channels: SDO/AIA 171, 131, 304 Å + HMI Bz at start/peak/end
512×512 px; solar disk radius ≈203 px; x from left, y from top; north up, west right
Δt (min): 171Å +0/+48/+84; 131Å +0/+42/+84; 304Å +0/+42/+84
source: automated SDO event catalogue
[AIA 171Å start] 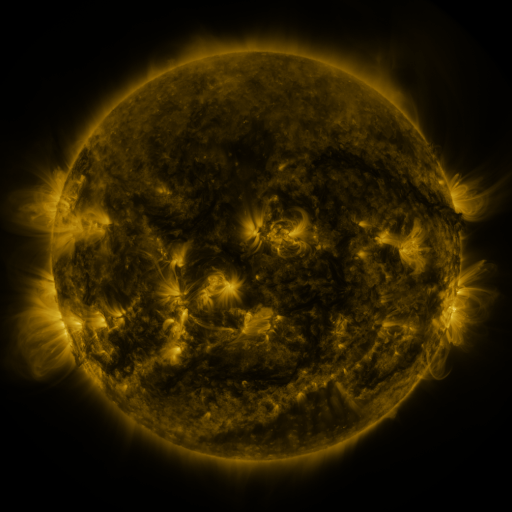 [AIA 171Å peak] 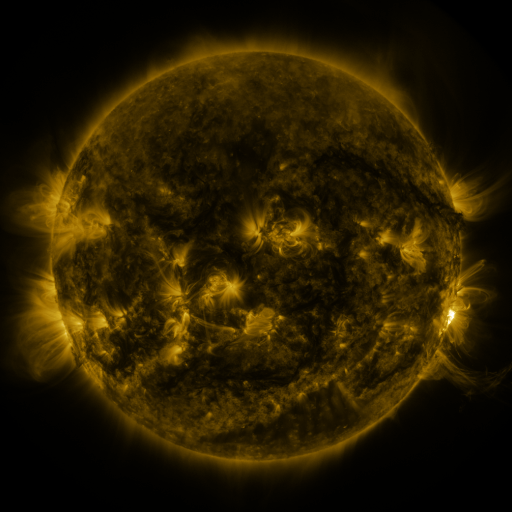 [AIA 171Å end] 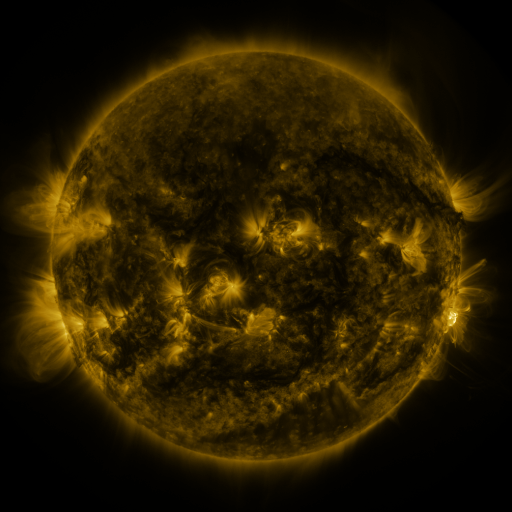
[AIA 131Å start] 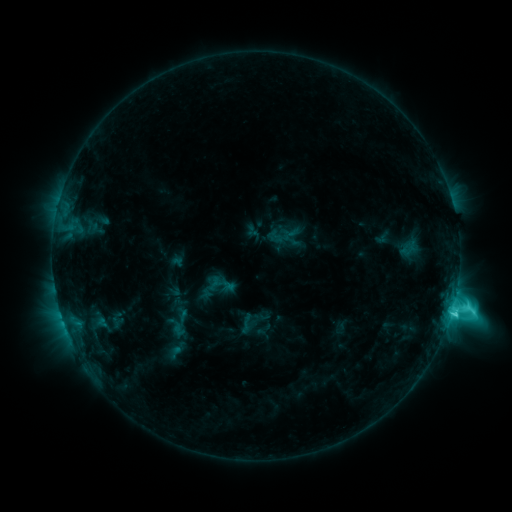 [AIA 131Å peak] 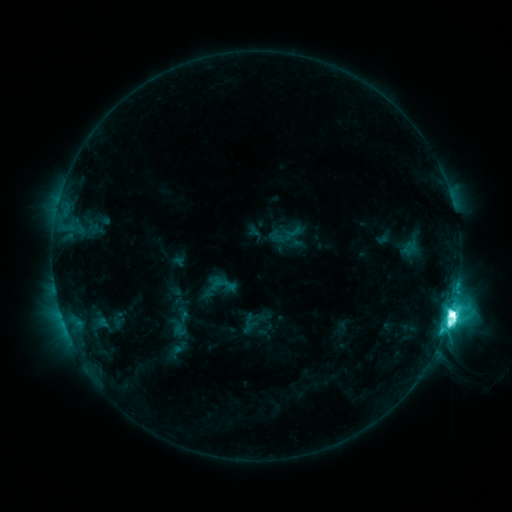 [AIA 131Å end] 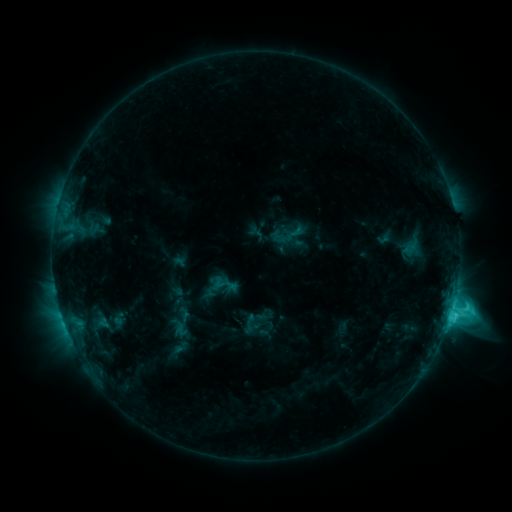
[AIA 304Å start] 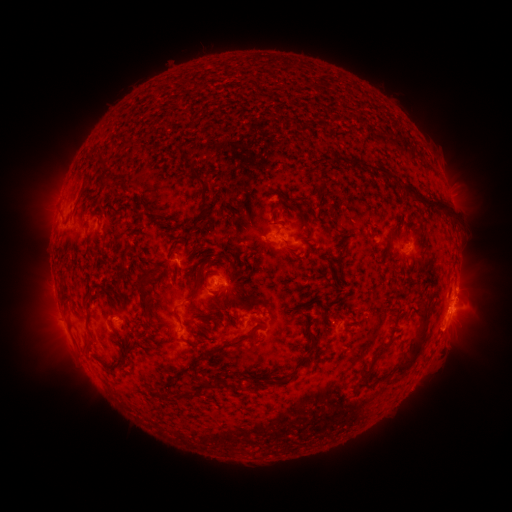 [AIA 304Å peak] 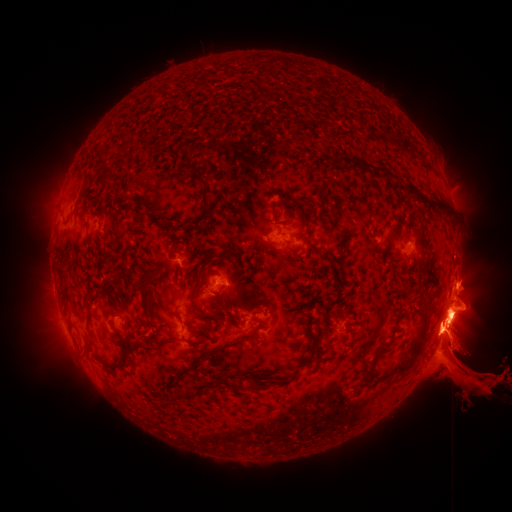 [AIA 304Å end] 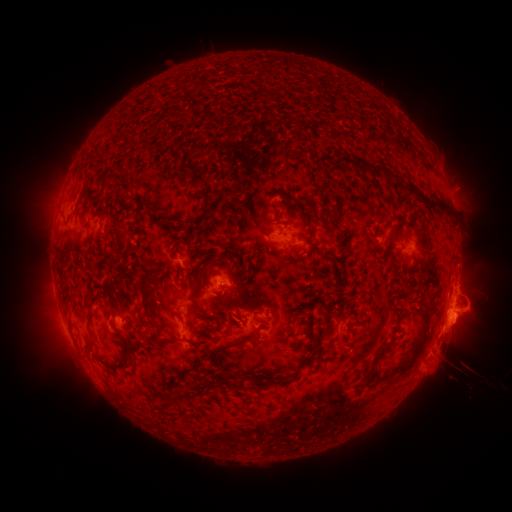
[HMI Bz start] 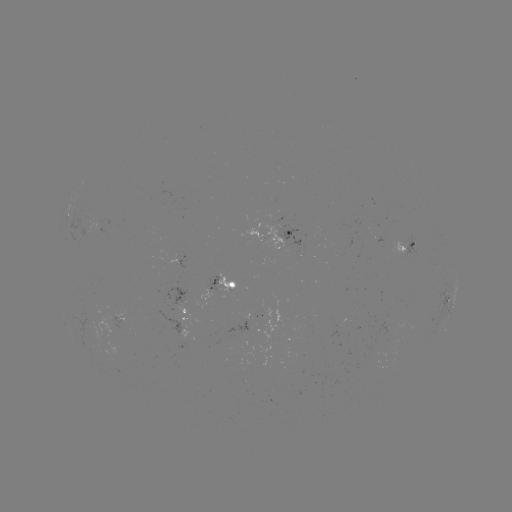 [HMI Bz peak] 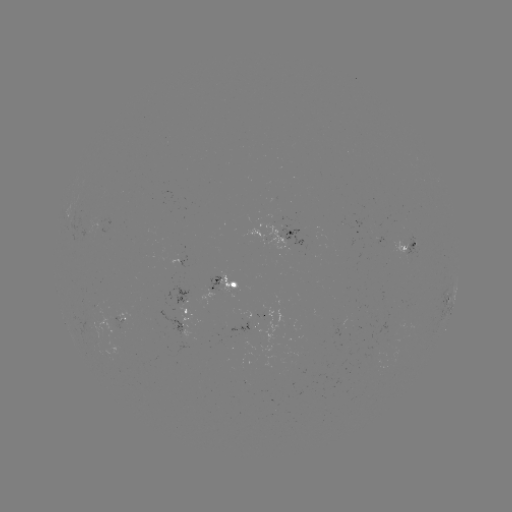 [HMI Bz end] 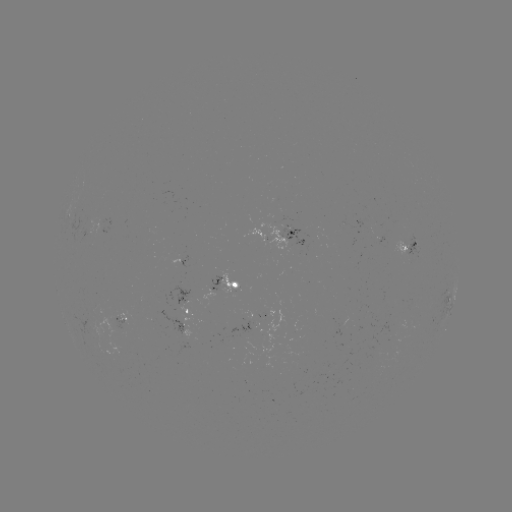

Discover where eruption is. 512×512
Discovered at [462, 357].